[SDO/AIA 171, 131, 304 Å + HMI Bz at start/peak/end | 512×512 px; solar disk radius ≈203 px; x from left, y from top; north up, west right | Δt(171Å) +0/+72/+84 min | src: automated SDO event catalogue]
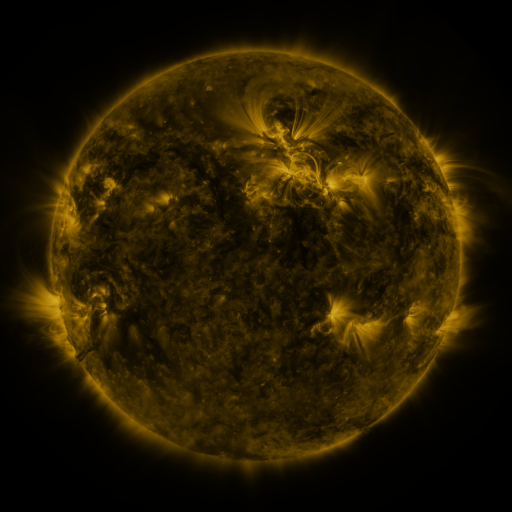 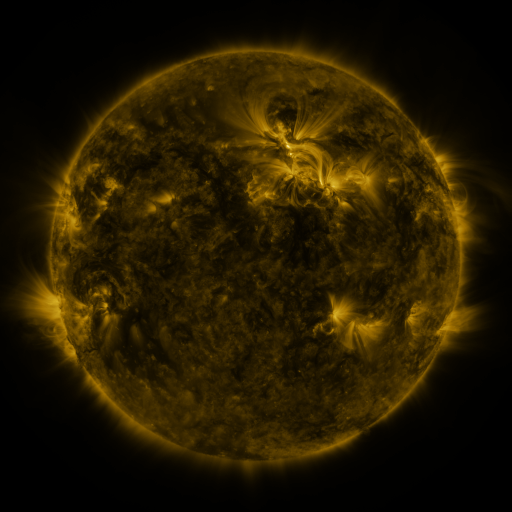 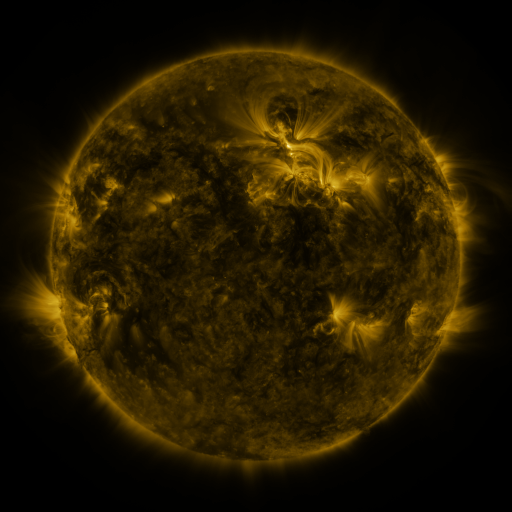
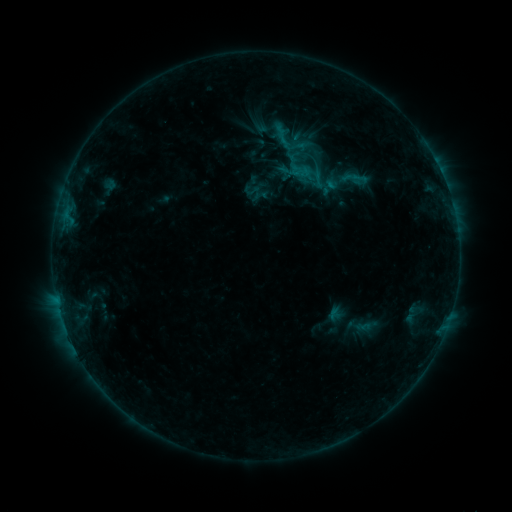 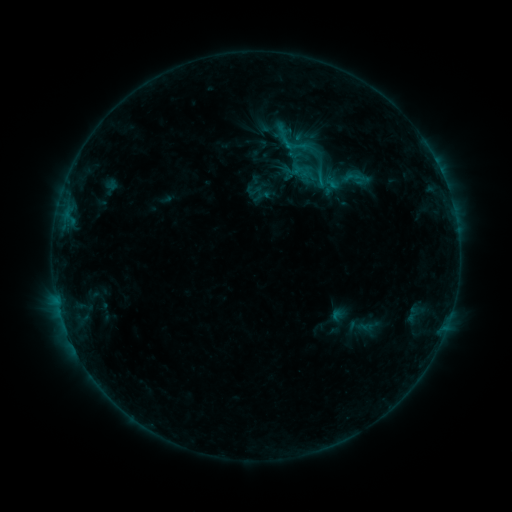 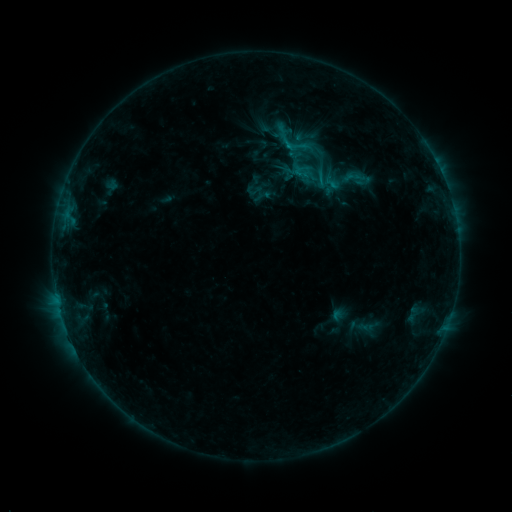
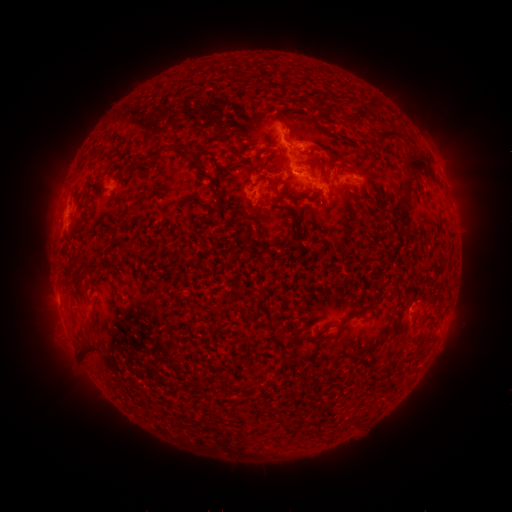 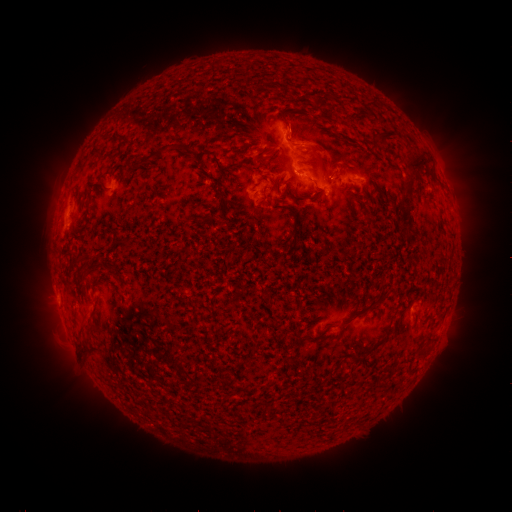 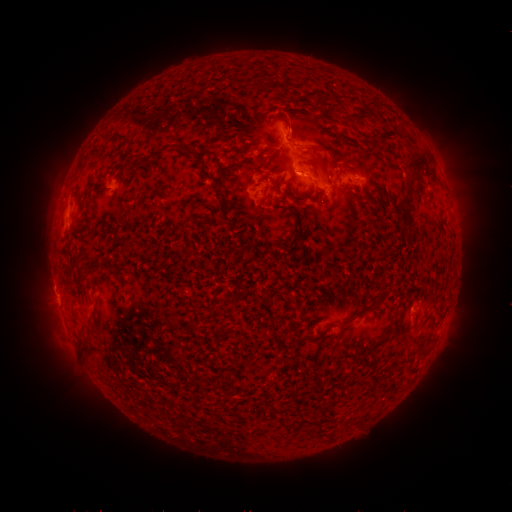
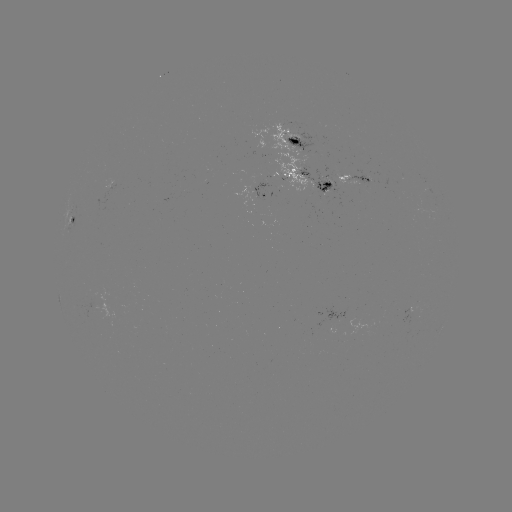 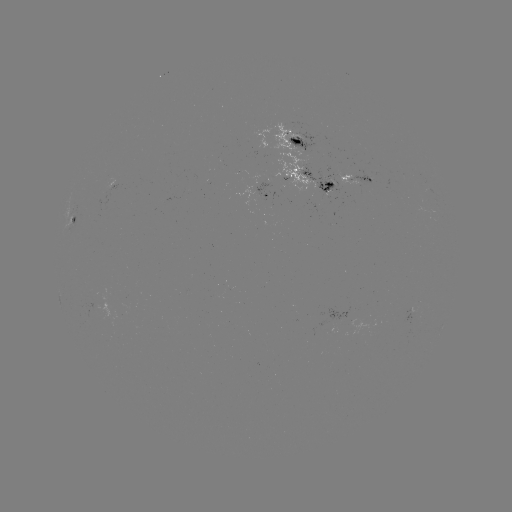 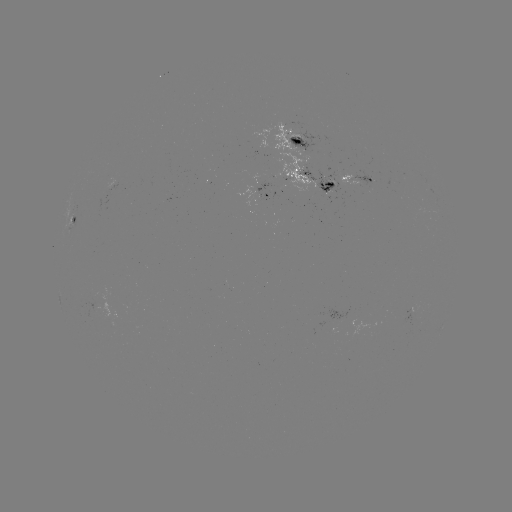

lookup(emerging-flux region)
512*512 (94, 301)